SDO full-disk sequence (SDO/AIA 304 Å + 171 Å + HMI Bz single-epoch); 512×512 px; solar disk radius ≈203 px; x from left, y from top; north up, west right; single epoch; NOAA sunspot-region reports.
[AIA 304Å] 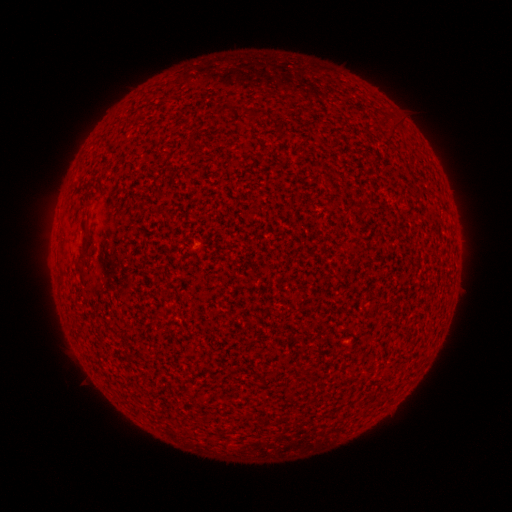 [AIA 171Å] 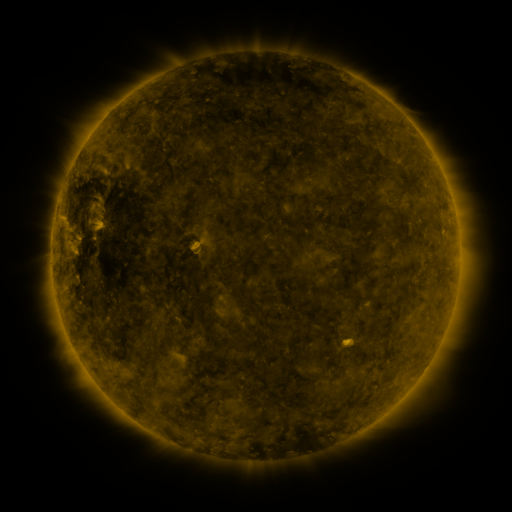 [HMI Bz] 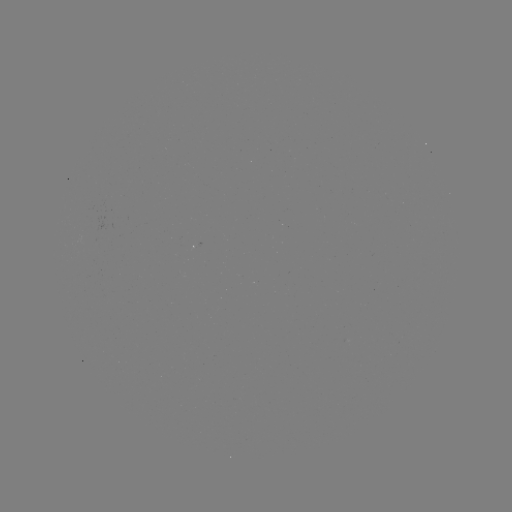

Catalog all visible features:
(none)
